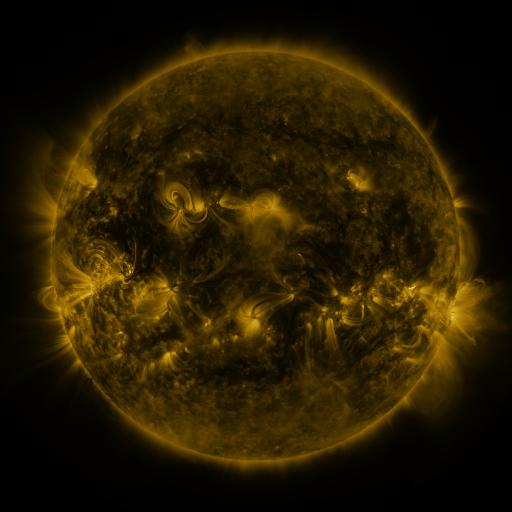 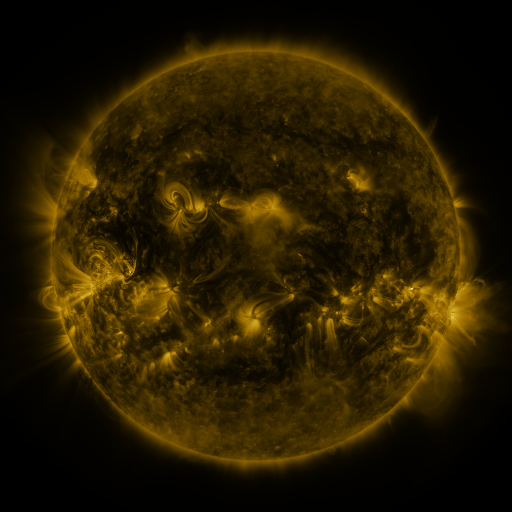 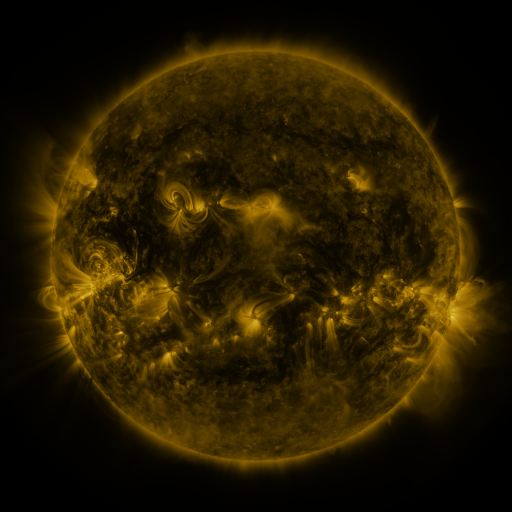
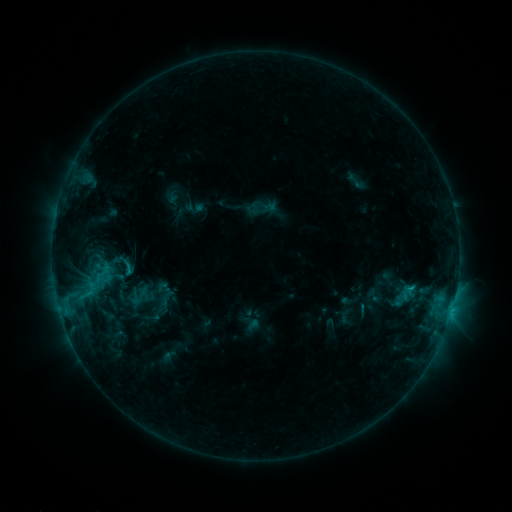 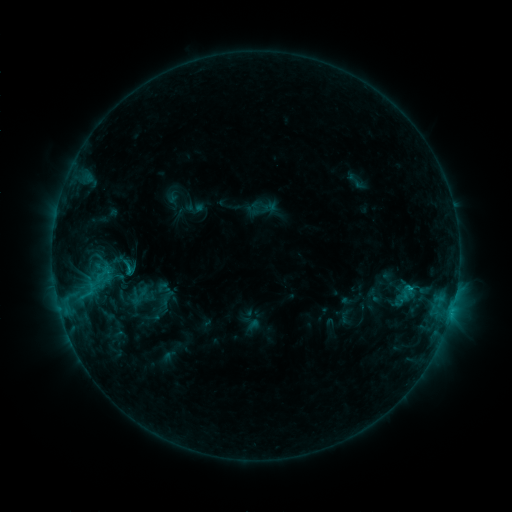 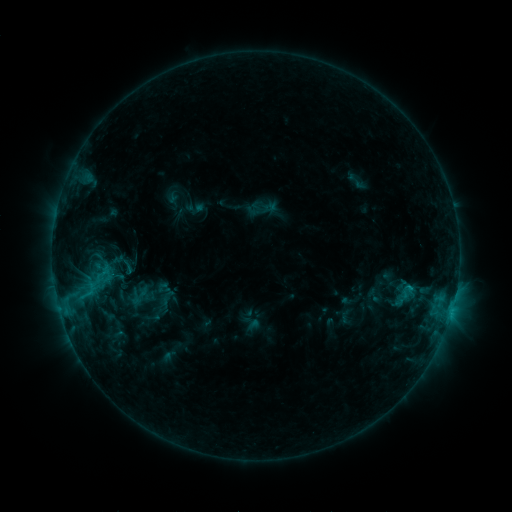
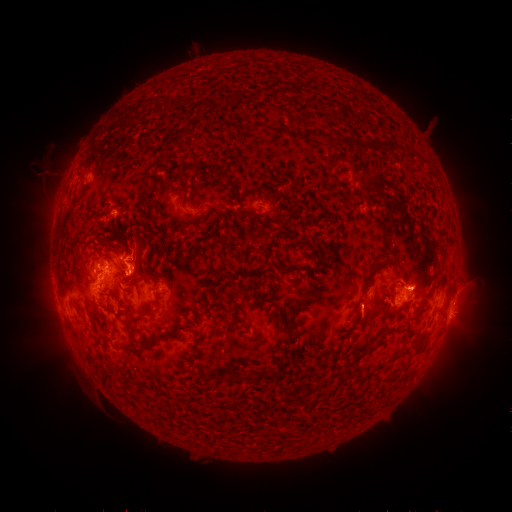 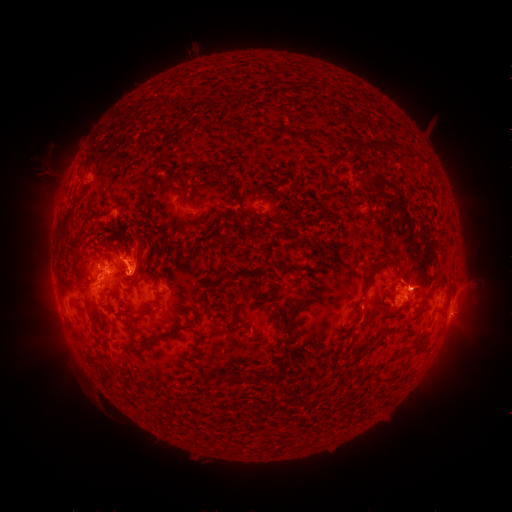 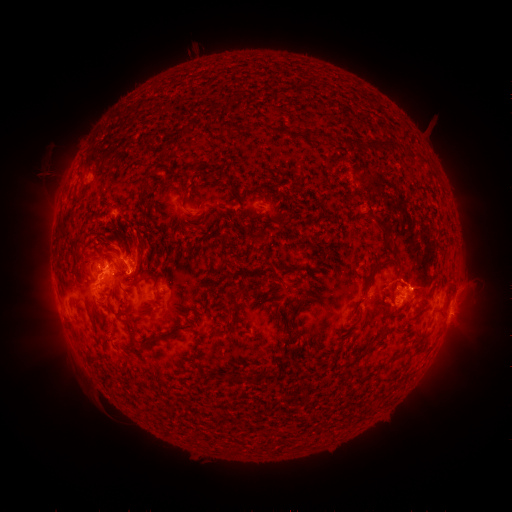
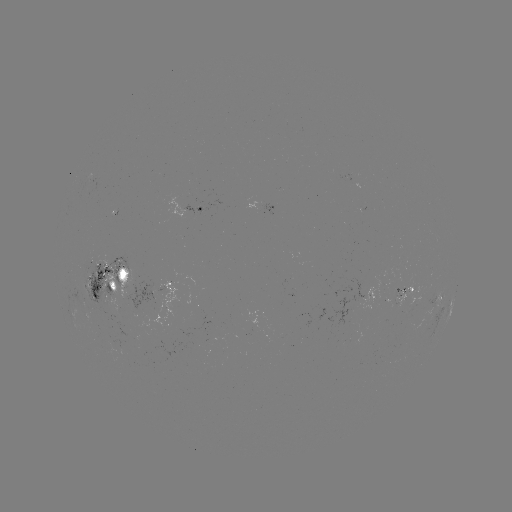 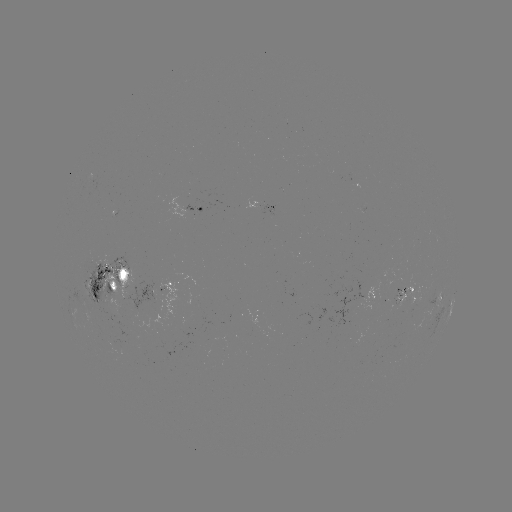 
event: eruption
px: (128, 244)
